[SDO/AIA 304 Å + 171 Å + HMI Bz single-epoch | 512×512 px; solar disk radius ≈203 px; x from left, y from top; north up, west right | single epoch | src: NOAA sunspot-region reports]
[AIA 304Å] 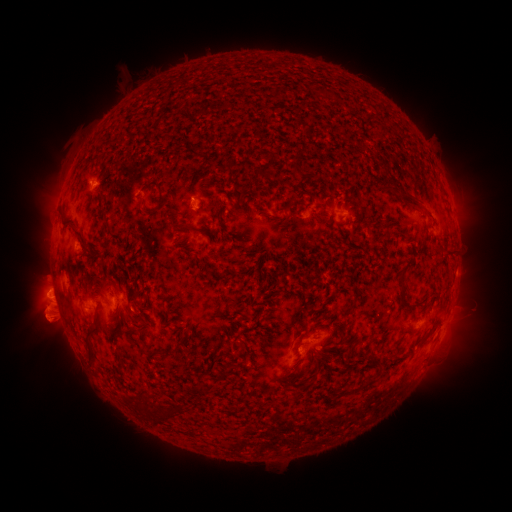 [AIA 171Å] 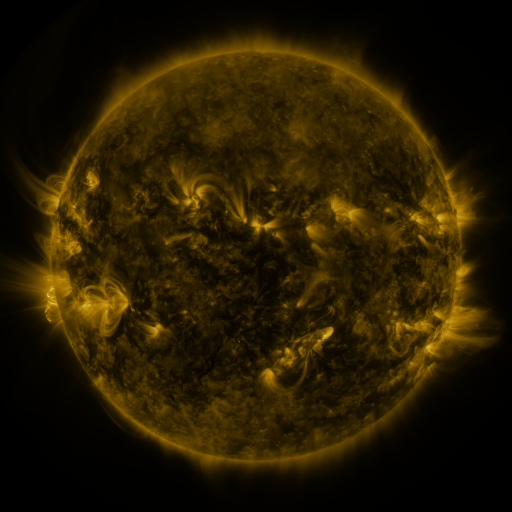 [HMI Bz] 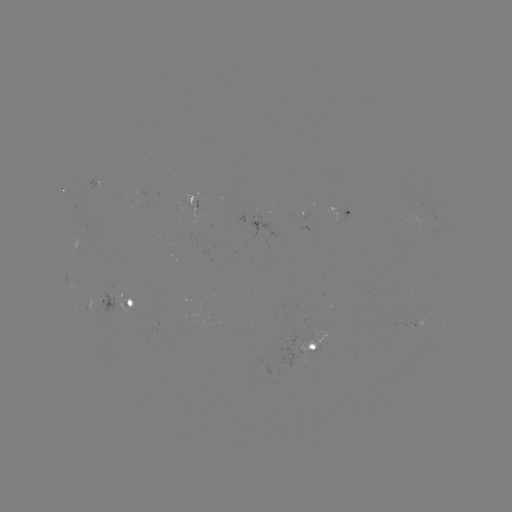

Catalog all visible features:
spotted active region: (197, 201)
spotted active region: (344, 214)
spotted active region: (116, 302)
spotted active region: (424, 318)
spotted active region: (317, 347)
